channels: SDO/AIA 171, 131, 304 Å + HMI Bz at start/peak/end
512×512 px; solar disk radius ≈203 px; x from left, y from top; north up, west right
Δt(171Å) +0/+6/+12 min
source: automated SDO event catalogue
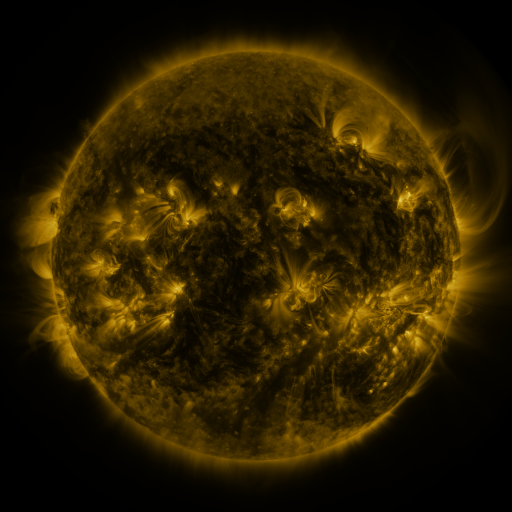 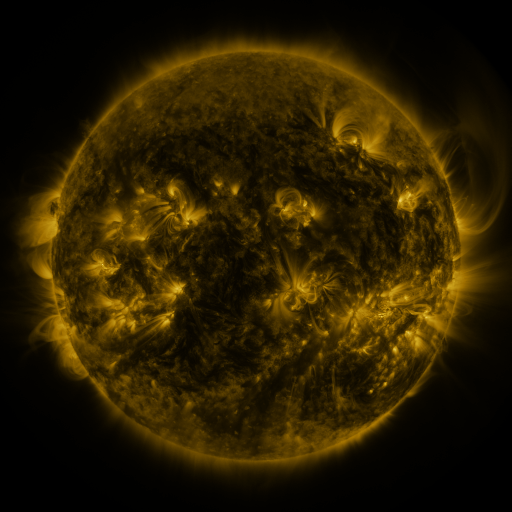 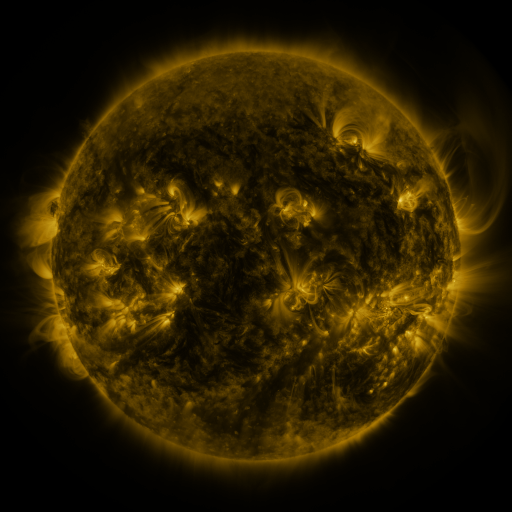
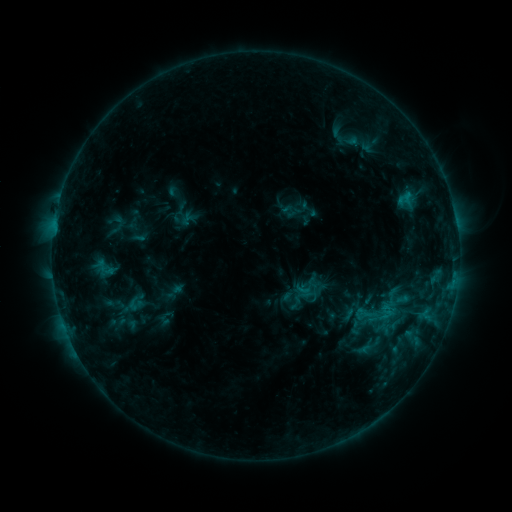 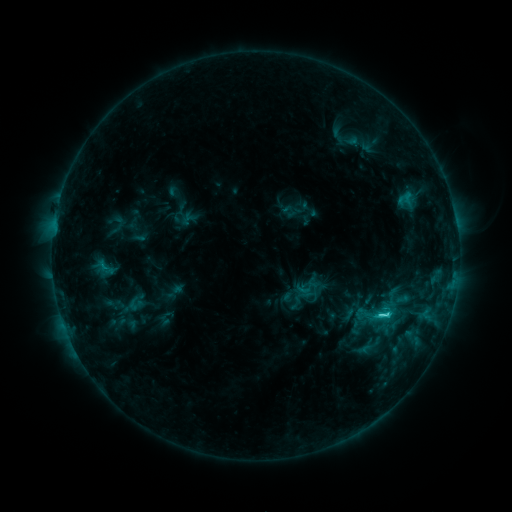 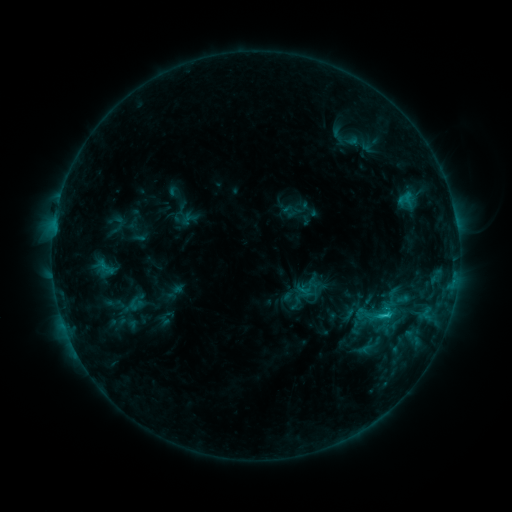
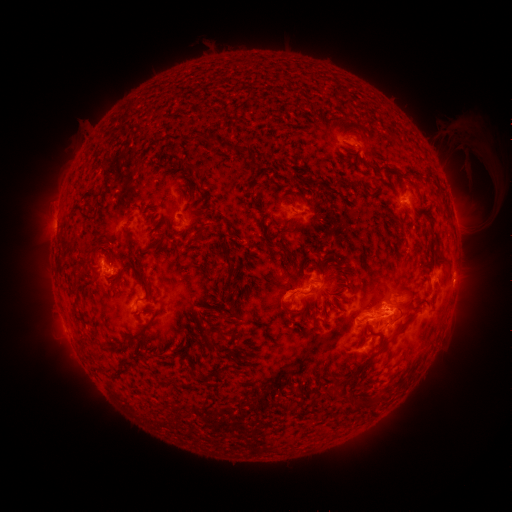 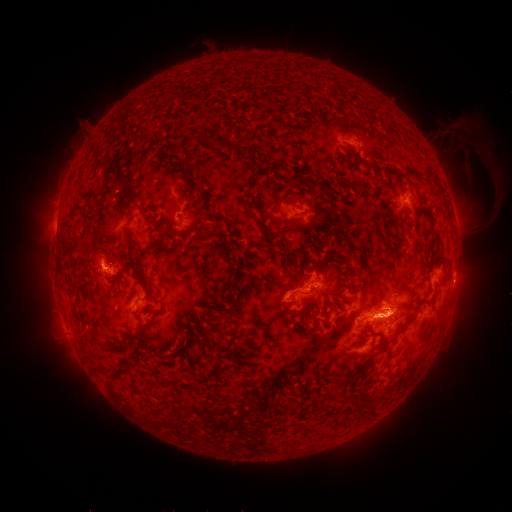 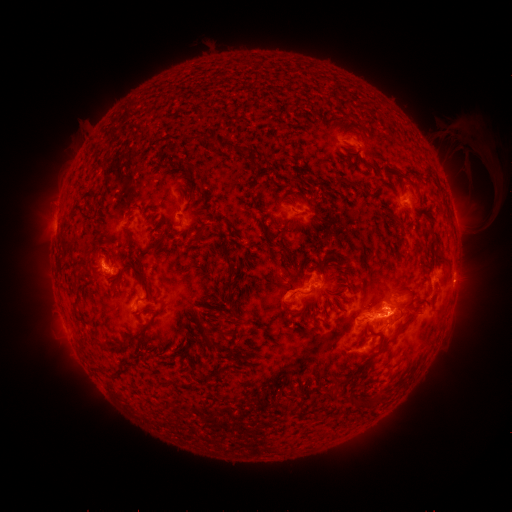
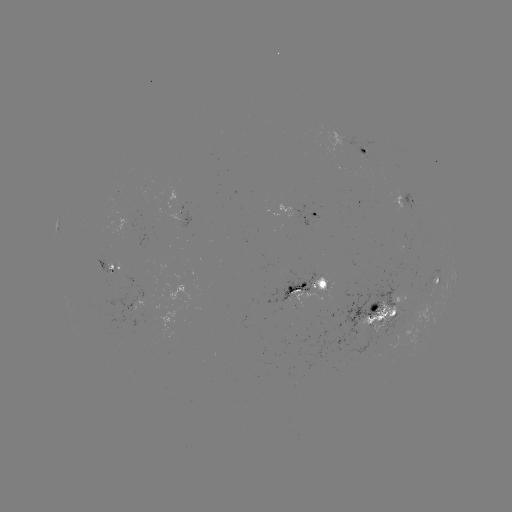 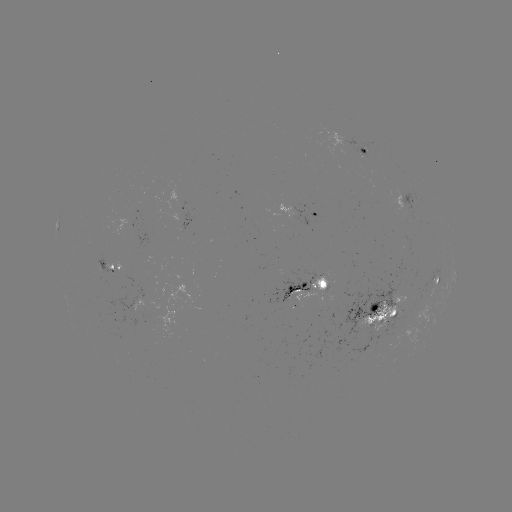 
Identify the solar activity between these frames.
C2.9 flare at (378, 314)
